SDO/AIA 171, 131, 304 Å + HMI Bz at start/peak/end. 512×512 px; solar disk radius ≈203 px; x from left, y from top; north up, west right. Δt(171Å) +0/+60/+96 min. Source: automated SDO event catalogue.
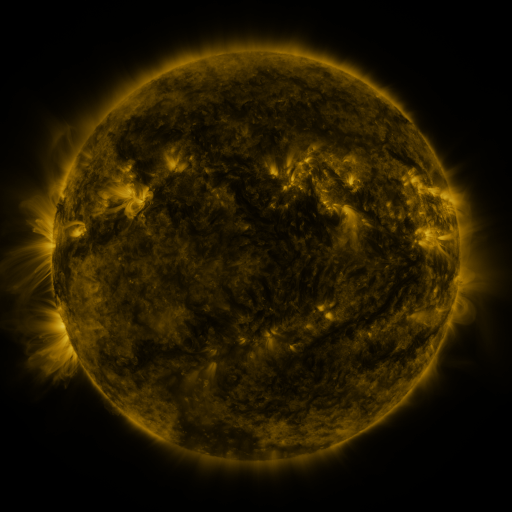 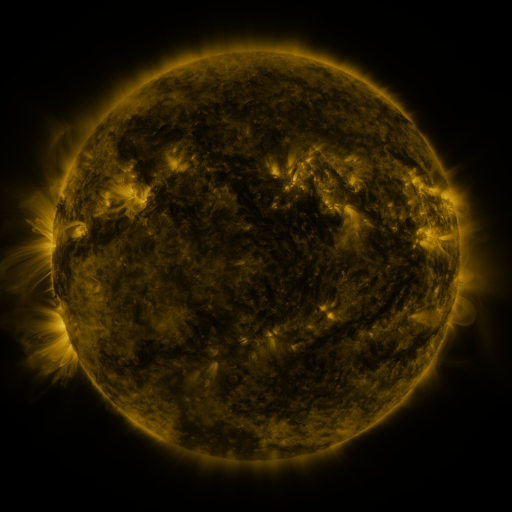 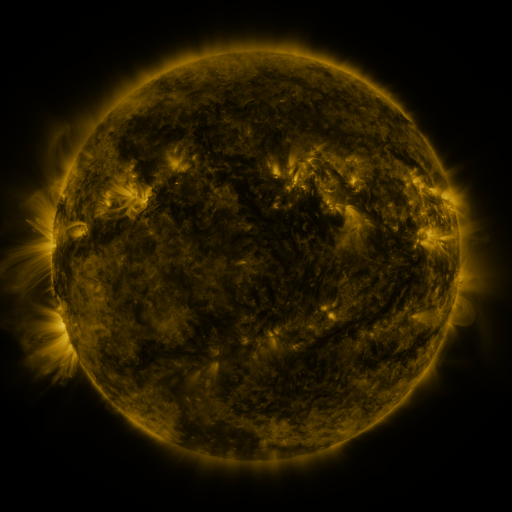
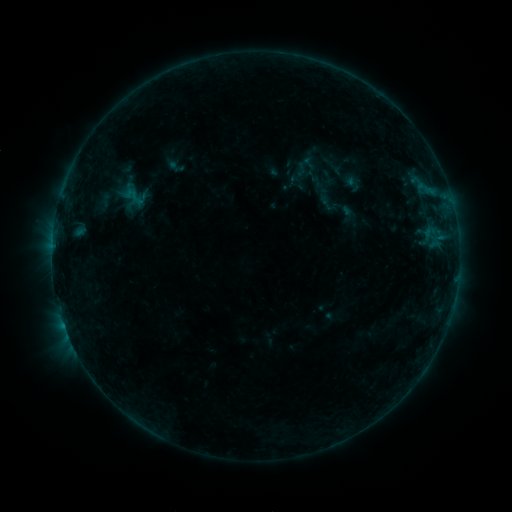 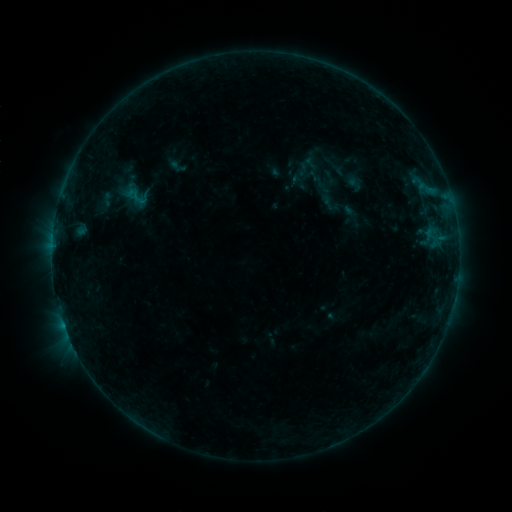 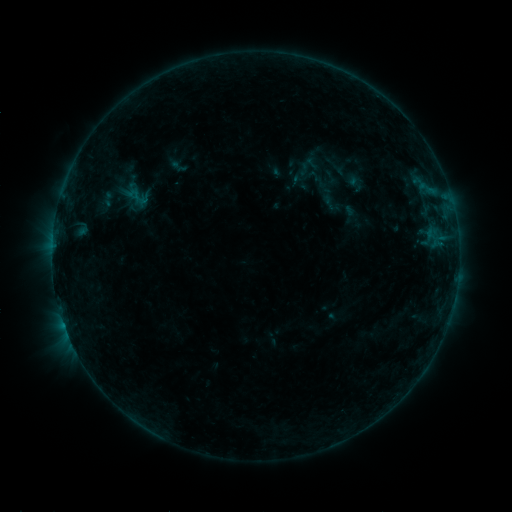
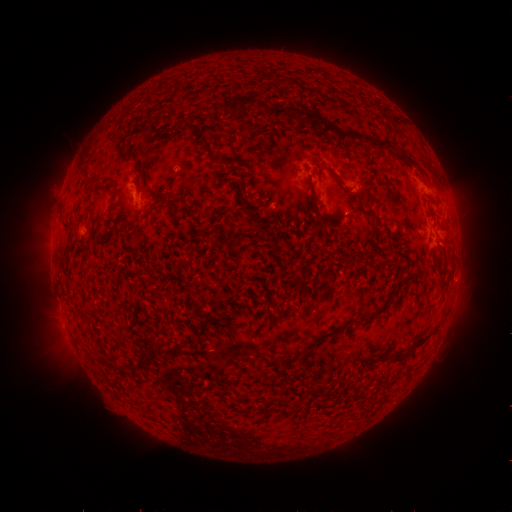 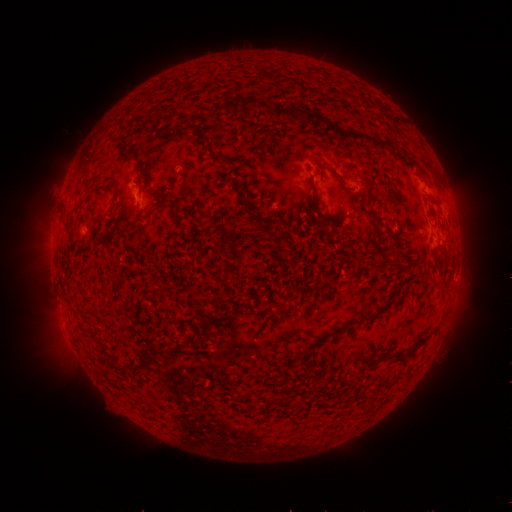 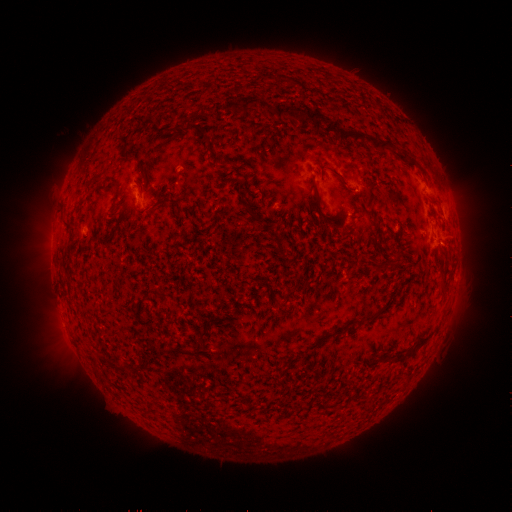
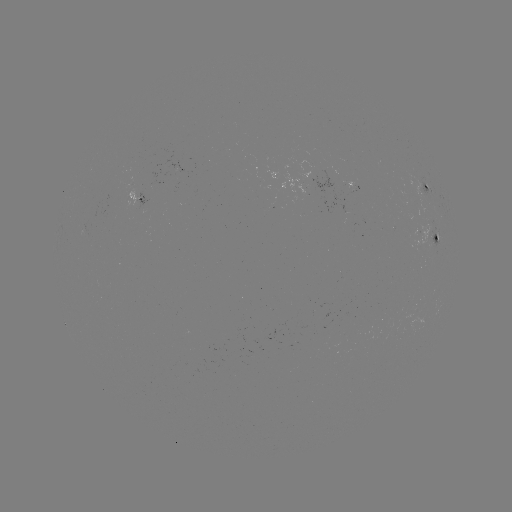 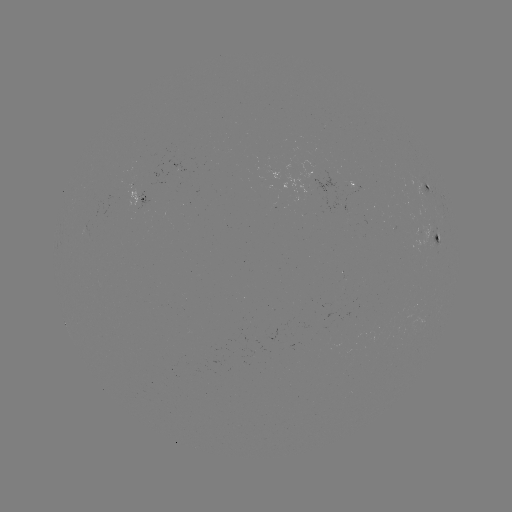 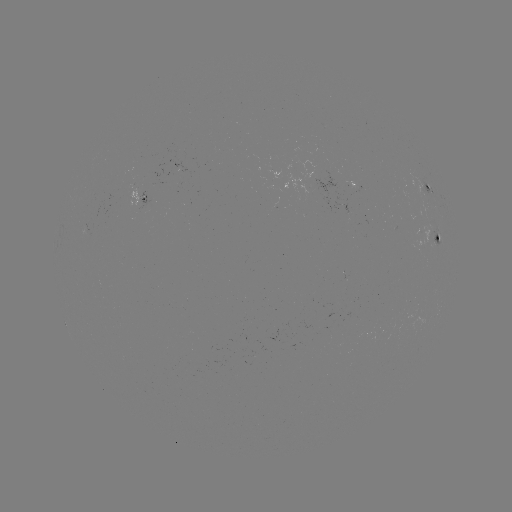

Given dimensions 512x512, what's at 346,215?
emerging-flux region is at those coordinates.